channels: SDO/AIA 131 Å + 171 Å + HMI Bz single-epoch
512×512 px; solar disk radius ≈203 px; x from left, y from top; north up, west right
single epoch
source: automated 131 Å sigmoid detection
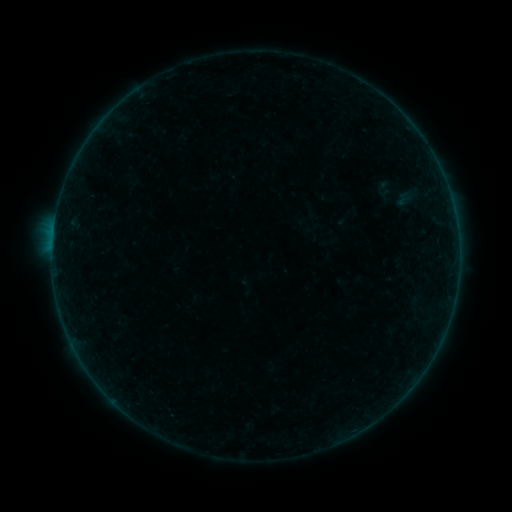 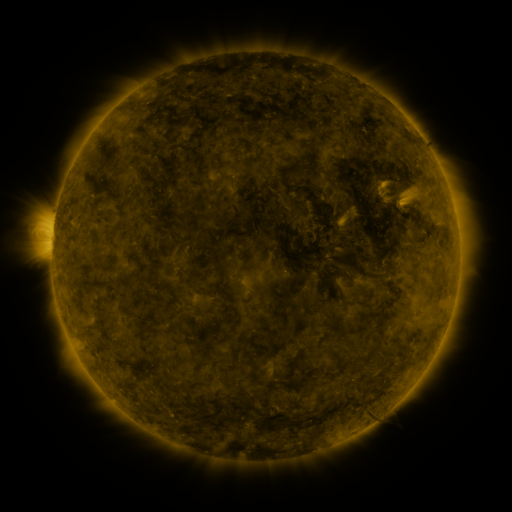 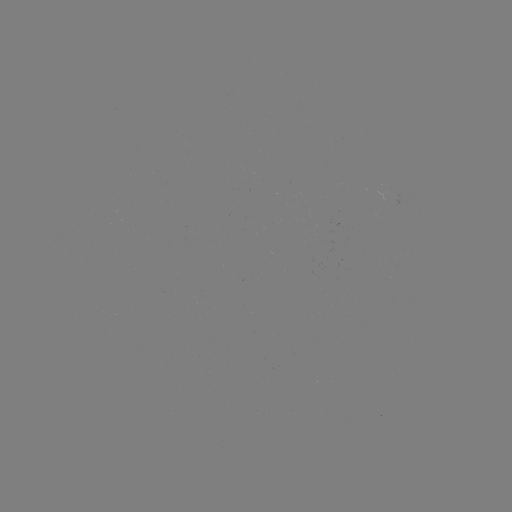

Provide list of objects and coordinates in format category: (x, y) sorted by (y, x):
sigmoid: (385, 188)
